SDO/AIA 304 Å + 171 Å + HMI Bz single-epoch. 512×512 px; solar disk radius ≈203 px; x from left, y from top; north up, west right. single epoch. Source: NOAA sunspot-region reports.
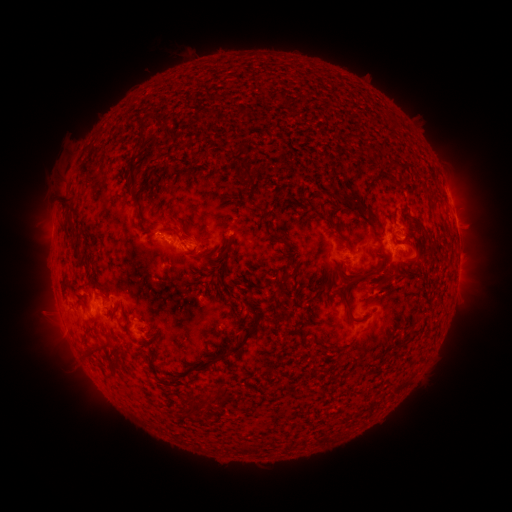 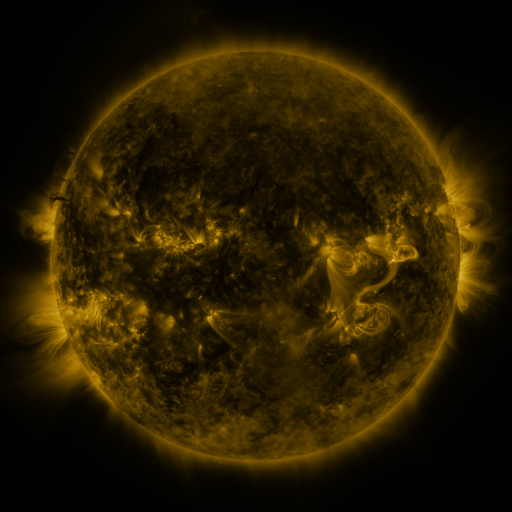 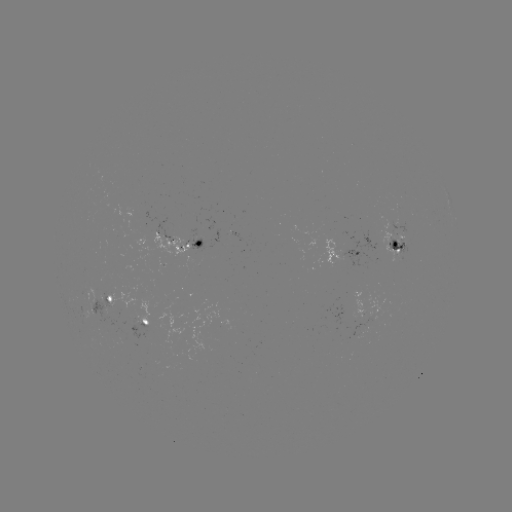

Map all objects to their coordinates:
spotted active region: (450, 197)
spotted active region: (400, 241)
spotted active region: (183, 243)
spotted active region: (344, 253)
spotted active region: (458, 265)
spotted active region: (108, 301)
spotted active region: (145, 325)
